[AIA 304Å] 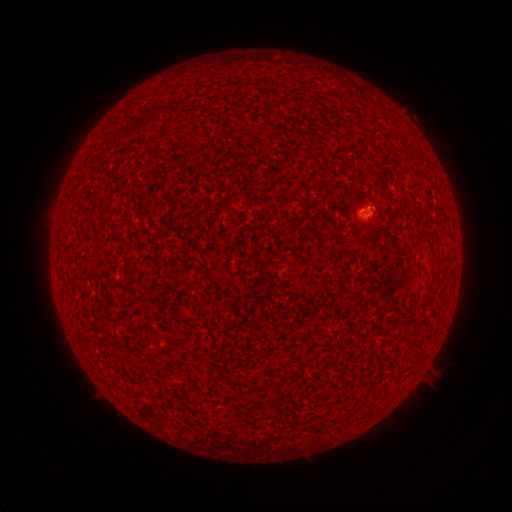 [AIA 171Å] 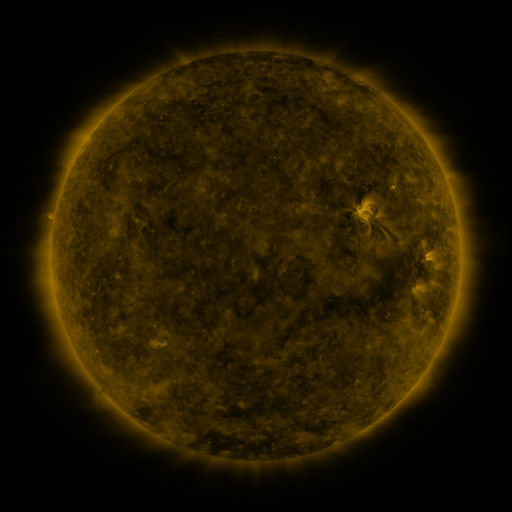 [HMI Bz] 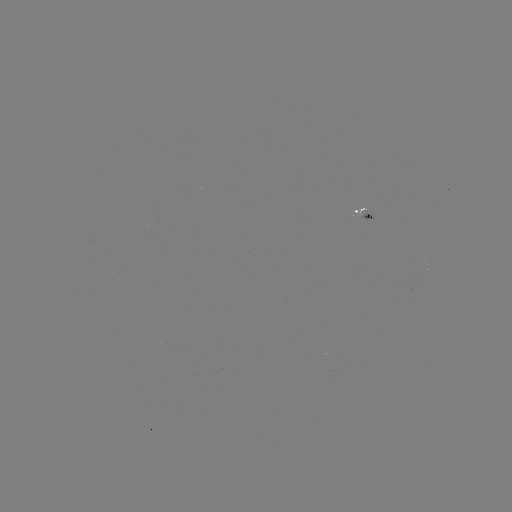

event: spotted active region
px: (365, 214)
